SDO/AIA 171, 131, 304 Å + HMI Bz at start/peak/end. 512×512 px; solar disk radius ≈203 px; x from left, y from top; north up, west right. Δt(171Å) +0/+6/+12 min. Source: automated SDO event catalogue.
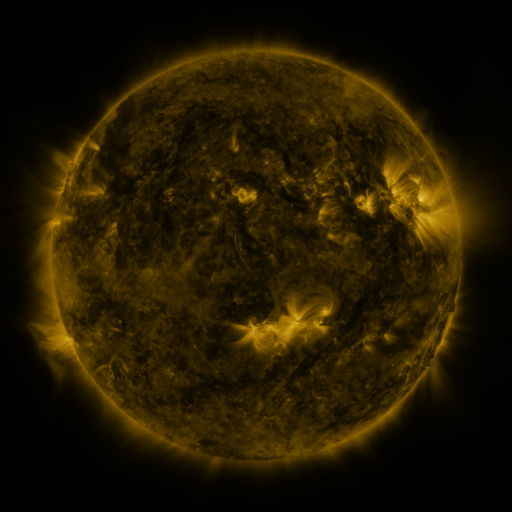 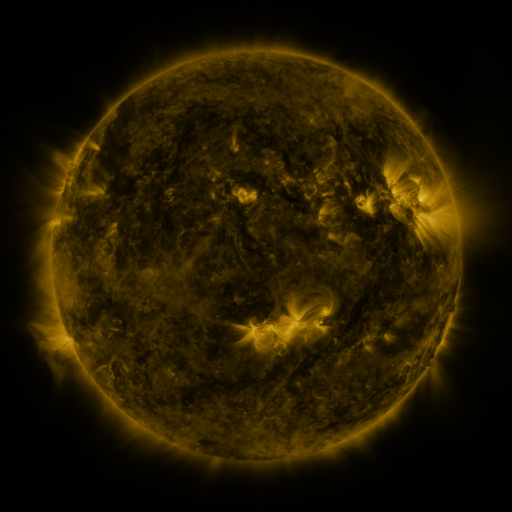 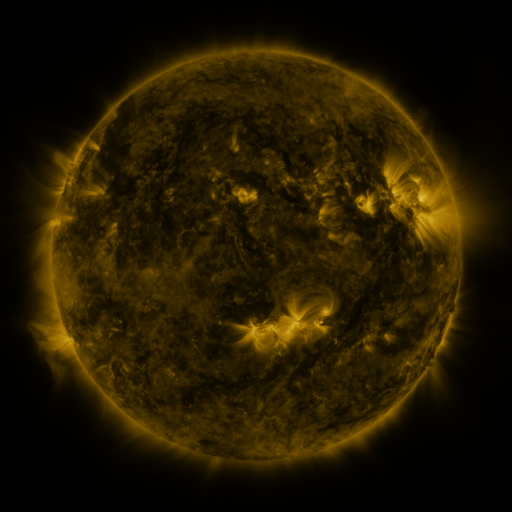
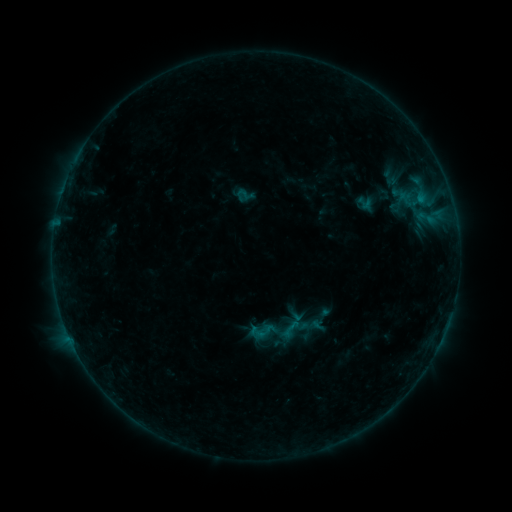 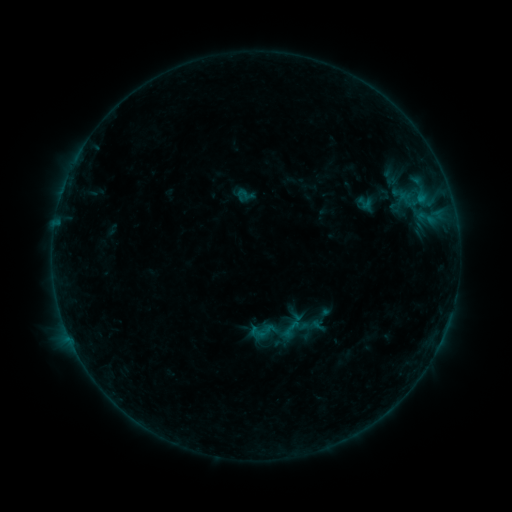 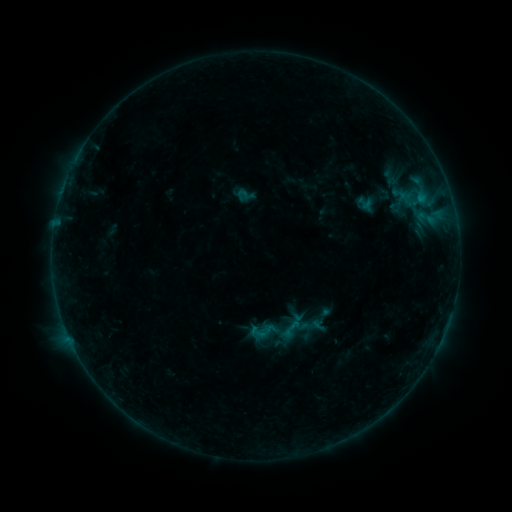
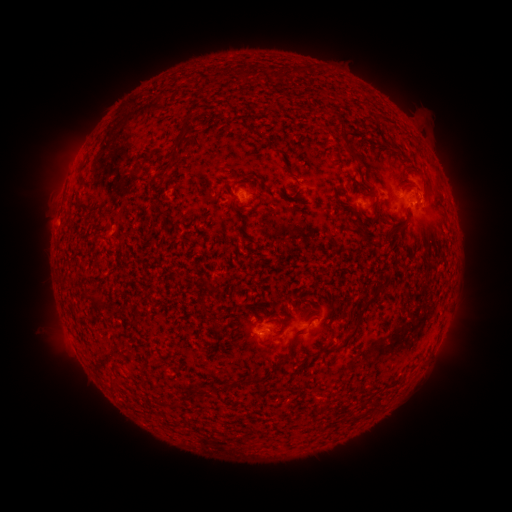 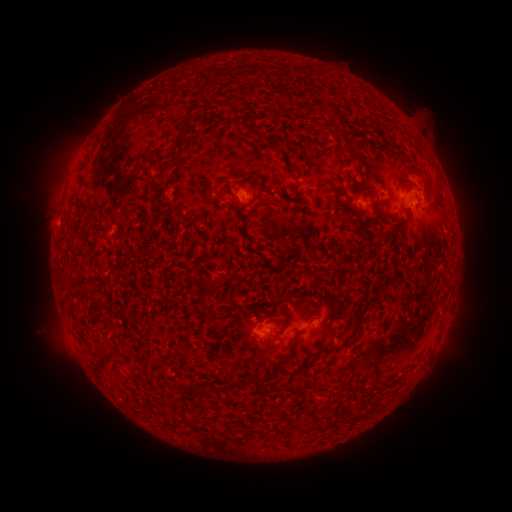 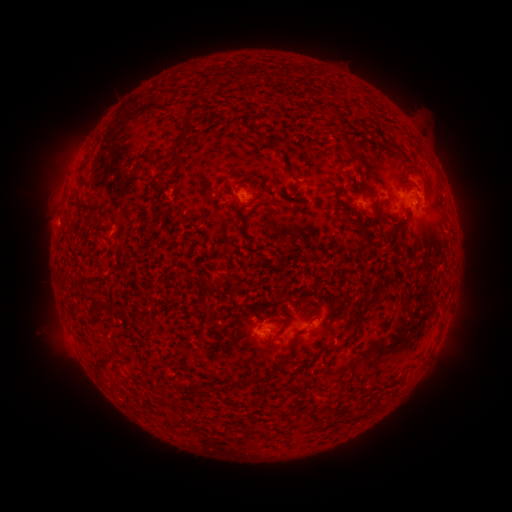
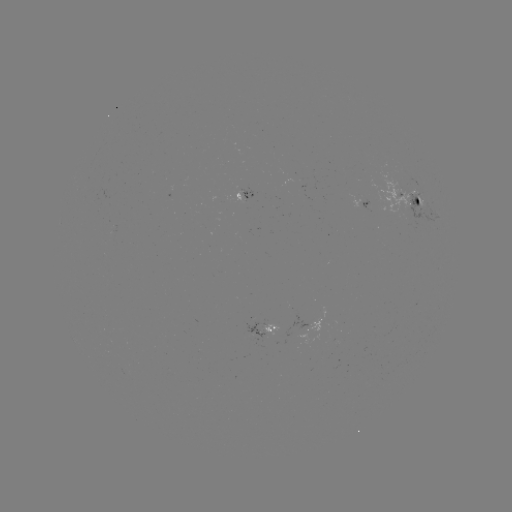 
nothing was catalogued: no classed flare, no EUV trigger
